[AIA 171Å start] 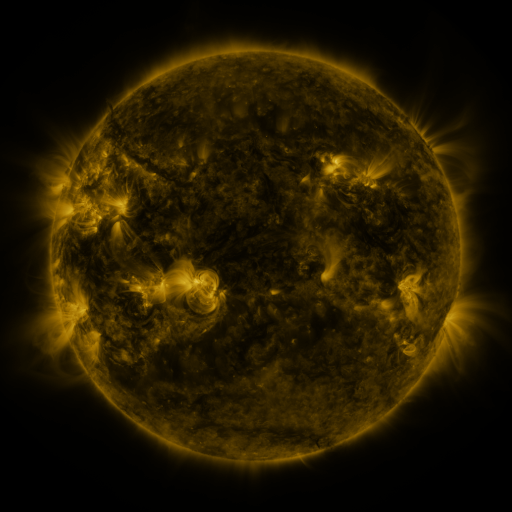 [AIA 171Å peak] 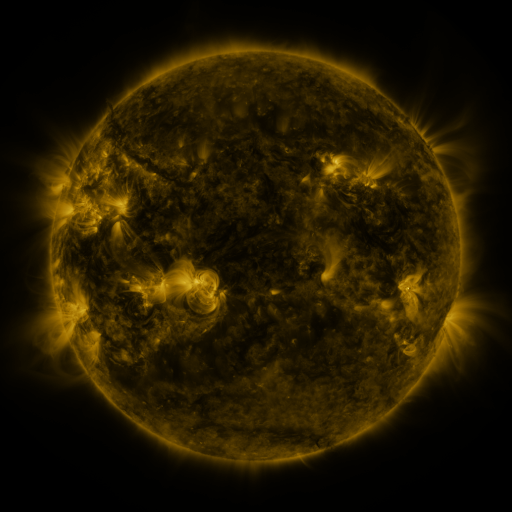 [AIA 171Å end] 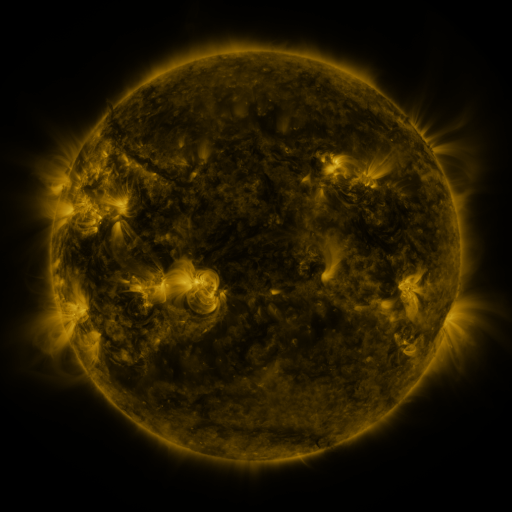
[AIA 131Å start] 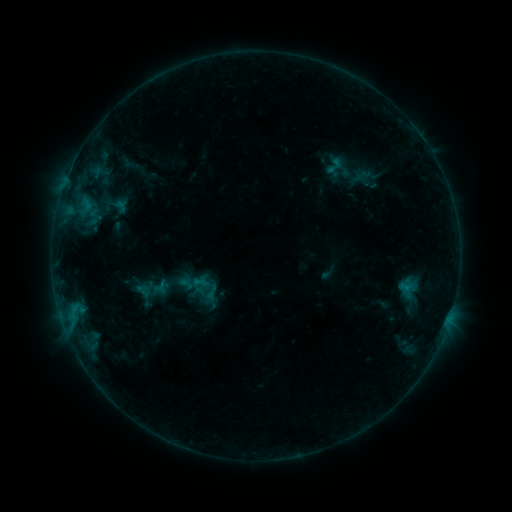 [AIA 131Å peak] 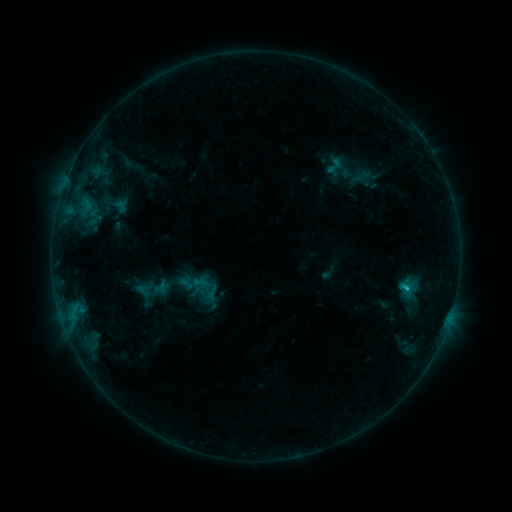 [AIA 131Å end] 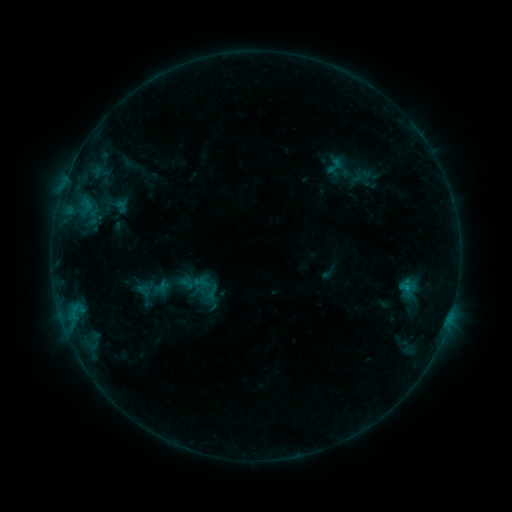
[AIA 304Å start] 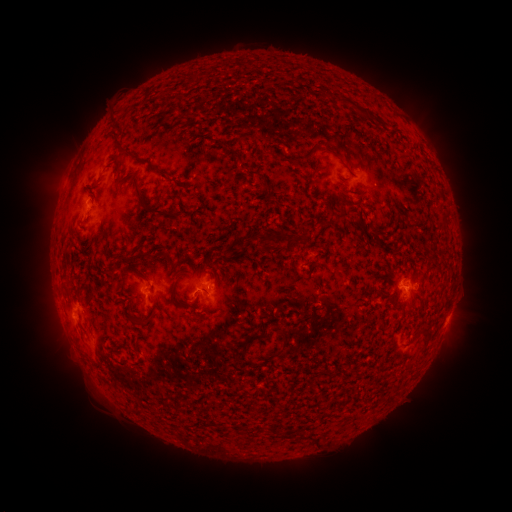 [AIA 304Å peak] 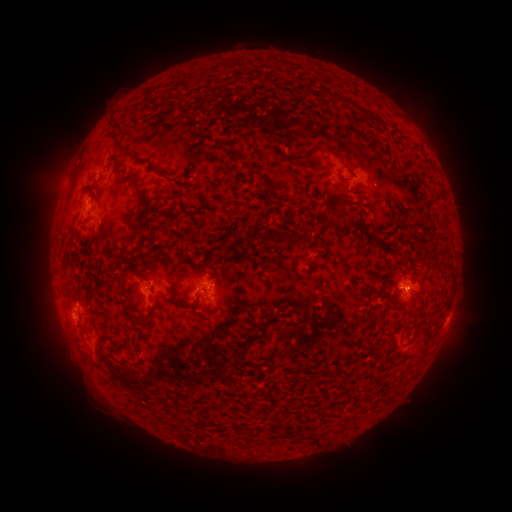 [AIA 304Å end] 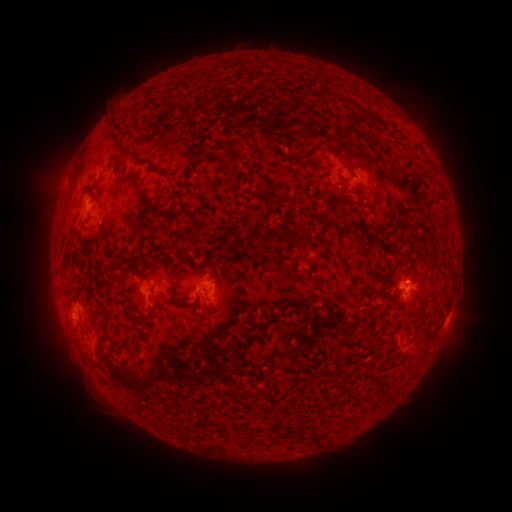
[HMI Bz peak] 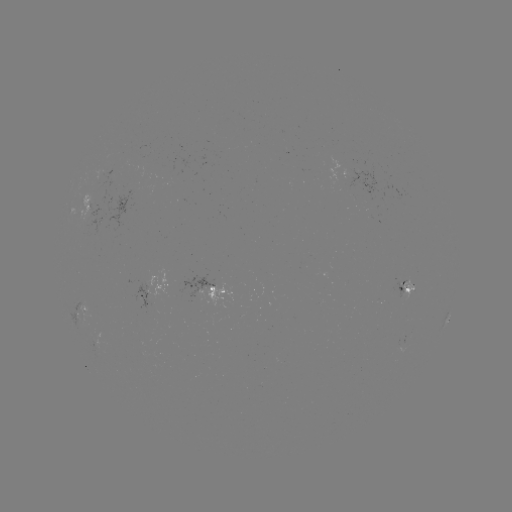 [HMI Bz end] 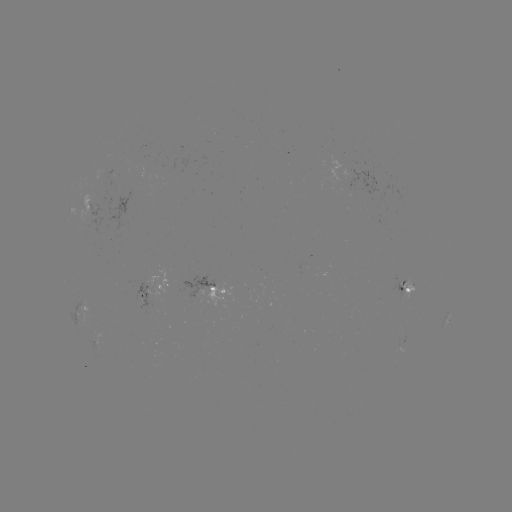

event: flare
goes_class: B6.8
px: (405, 288)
